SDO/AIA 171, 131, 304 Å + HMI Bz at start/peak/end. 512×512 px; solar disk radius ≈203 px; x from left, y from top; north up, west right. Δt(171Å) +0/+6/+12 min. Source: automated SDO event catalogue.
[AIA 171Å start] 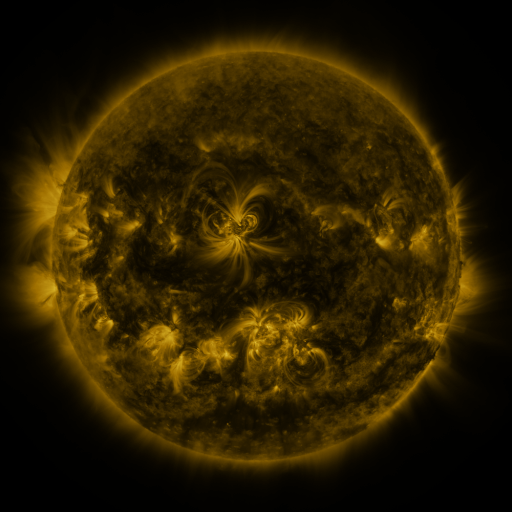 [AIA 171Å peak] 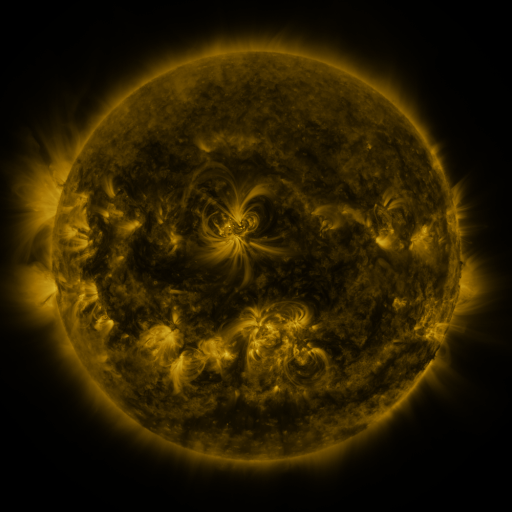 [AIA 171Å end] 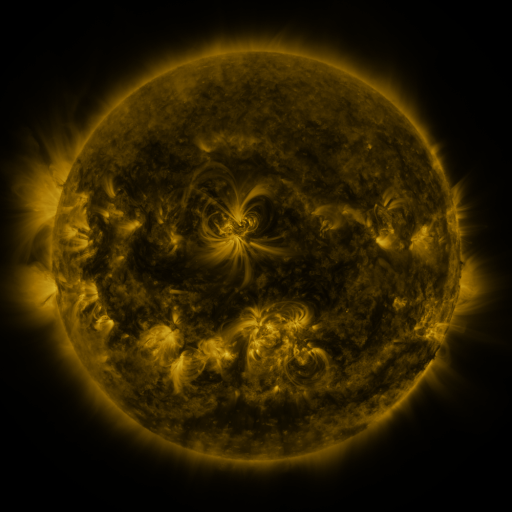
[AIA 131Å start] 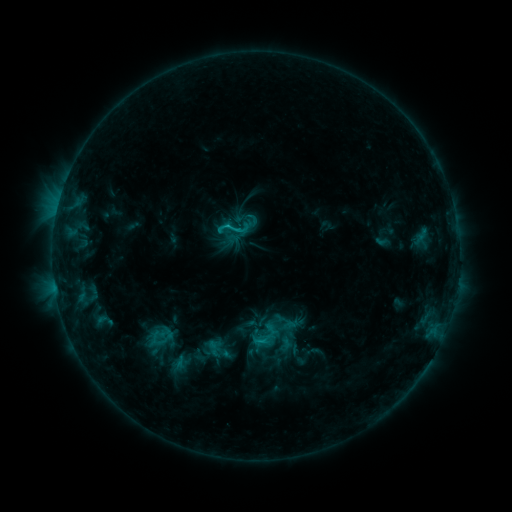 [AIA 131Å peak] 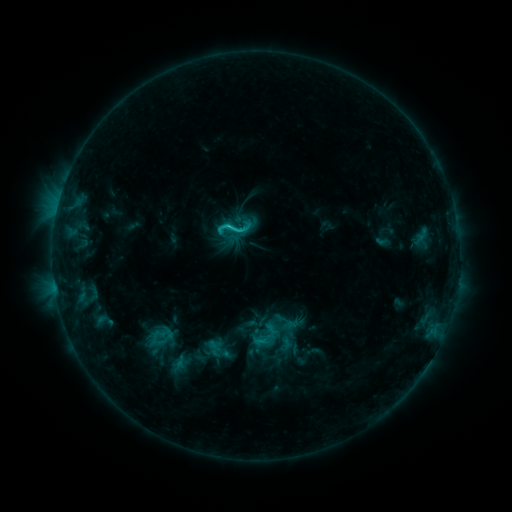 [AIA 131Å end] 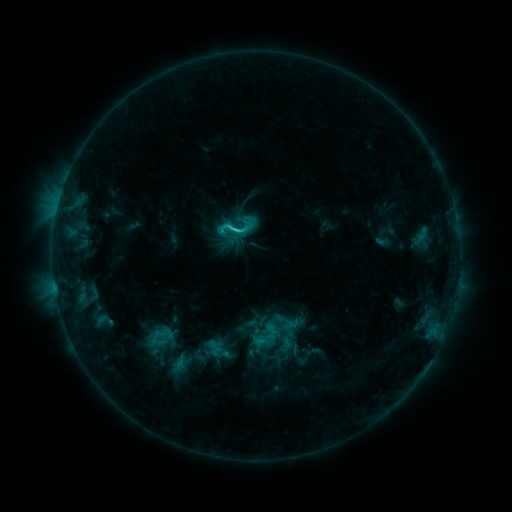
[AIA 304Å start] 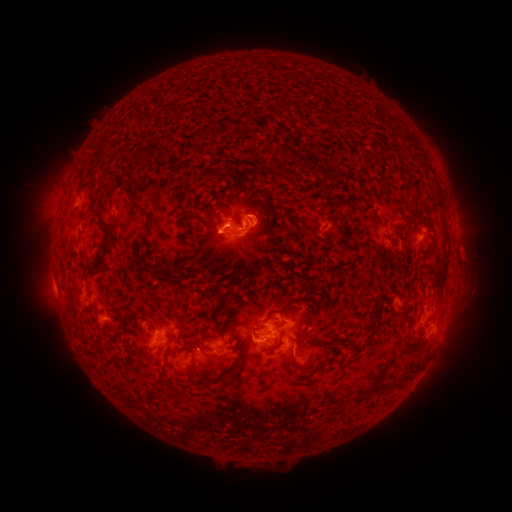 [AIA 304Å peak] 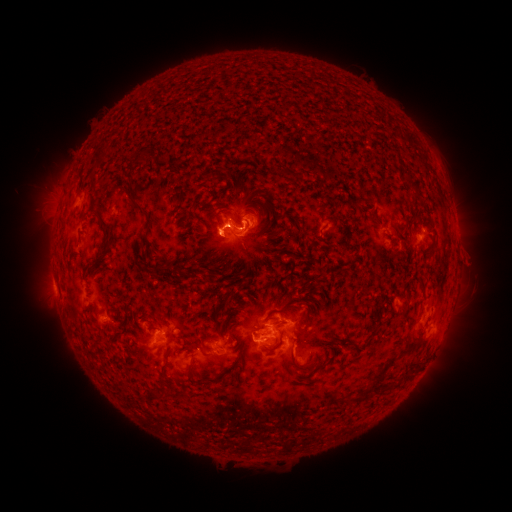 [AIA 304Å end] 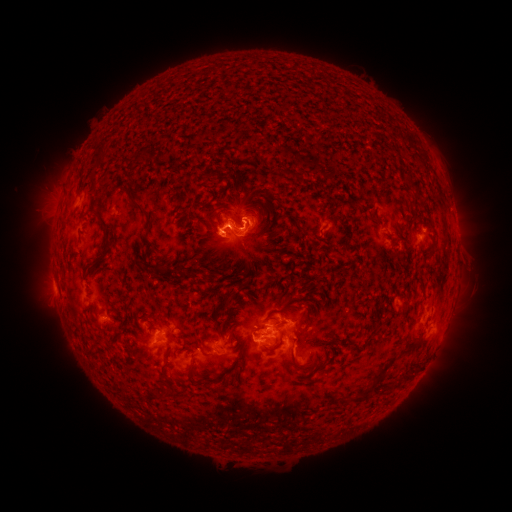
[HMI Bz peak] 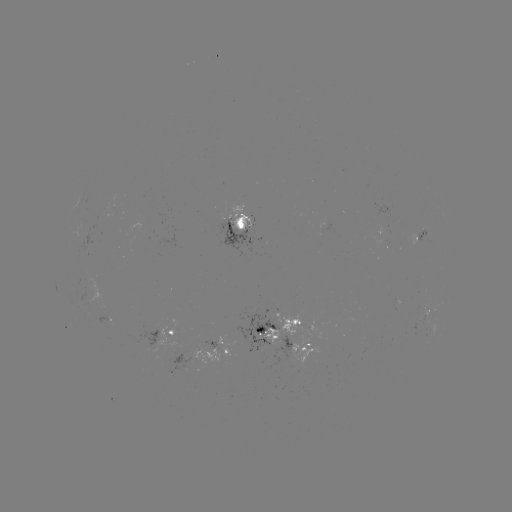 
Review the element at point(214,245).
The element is eruption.